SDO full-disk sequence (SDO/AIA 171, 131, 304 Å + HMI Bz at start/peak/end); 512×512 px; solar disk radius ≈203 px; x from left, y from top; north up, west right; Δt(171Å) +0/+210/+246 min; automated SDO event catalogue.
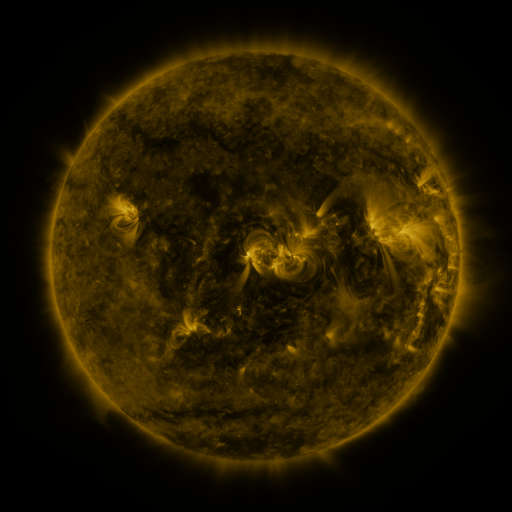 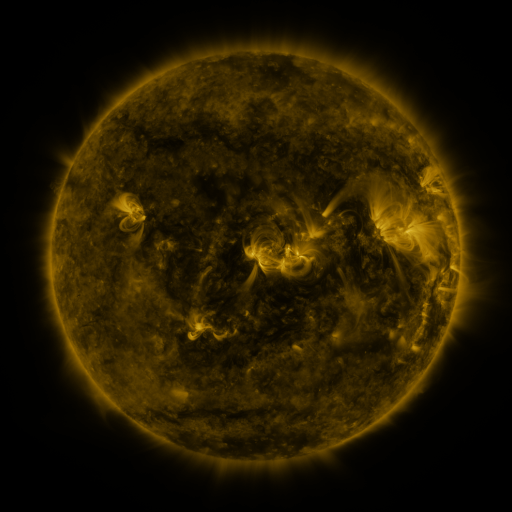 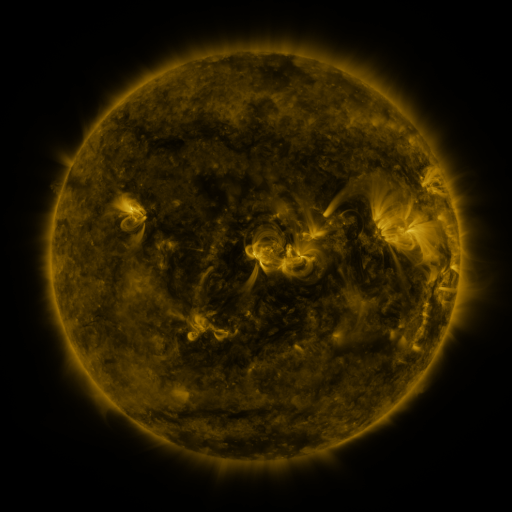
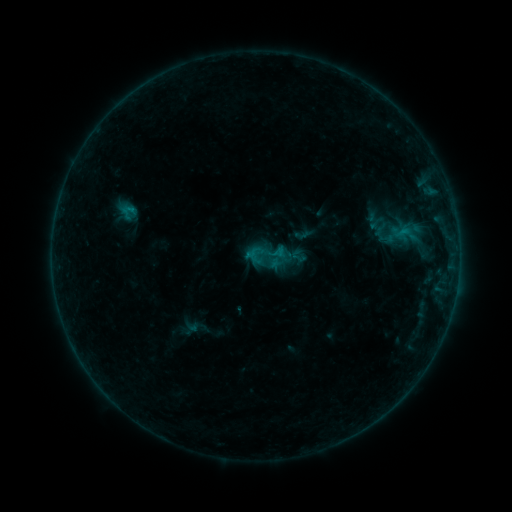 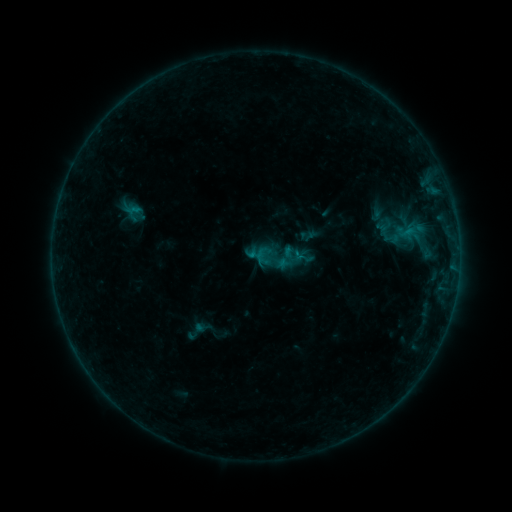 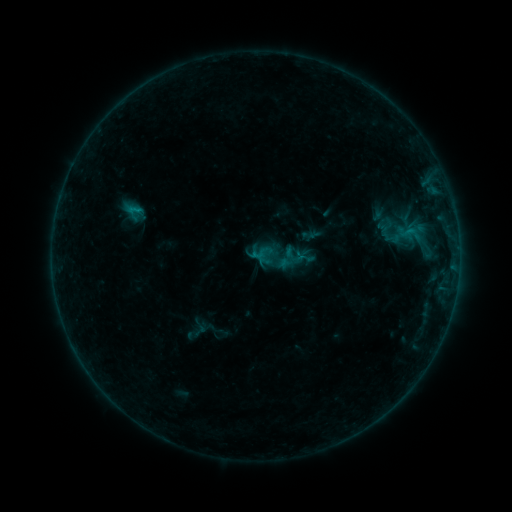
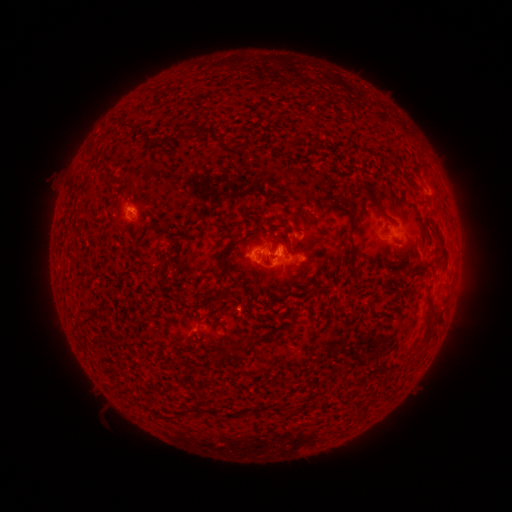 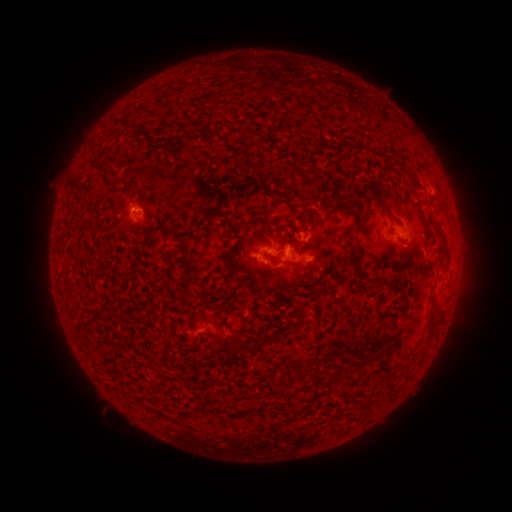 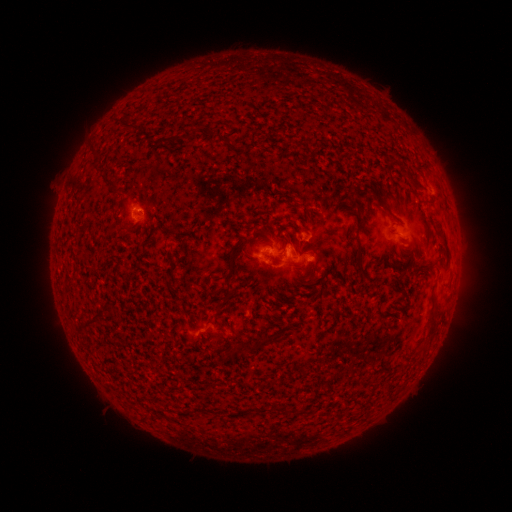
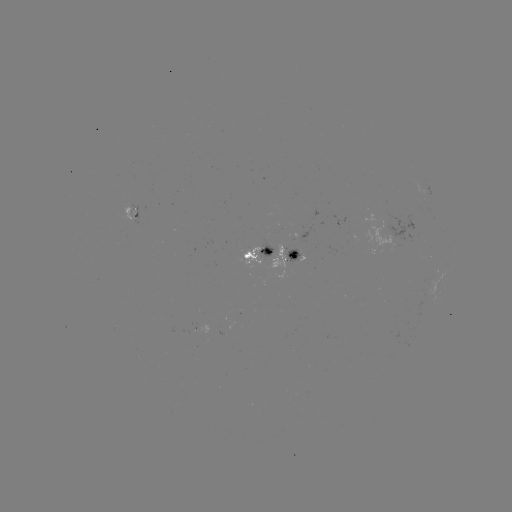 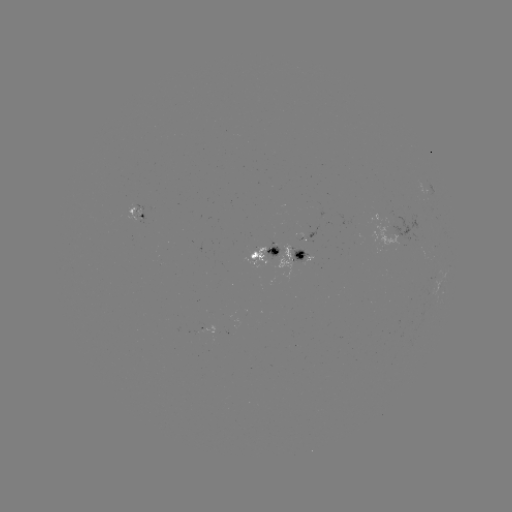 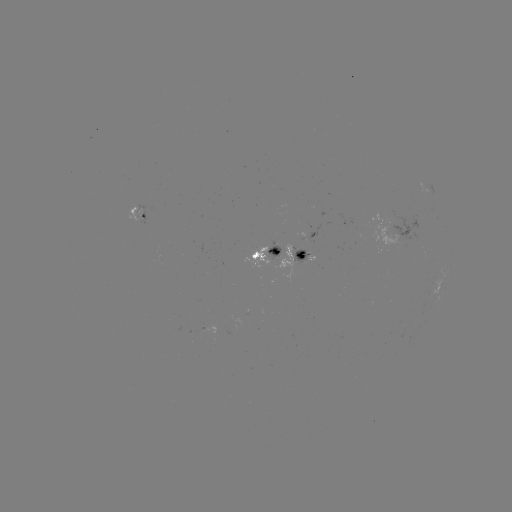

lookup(emerging-flux region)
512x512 264,256